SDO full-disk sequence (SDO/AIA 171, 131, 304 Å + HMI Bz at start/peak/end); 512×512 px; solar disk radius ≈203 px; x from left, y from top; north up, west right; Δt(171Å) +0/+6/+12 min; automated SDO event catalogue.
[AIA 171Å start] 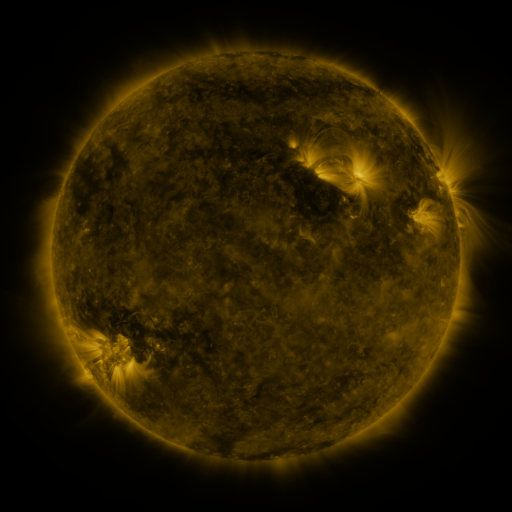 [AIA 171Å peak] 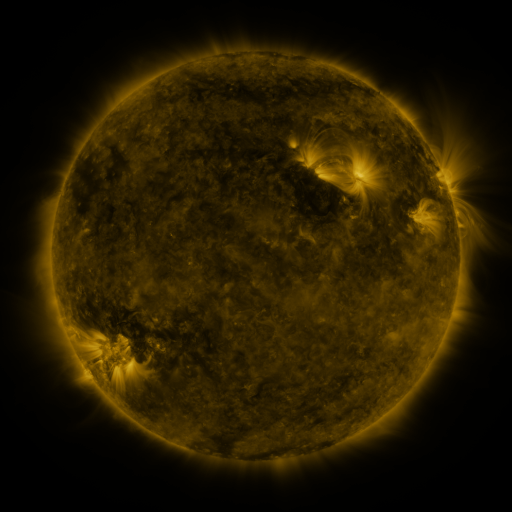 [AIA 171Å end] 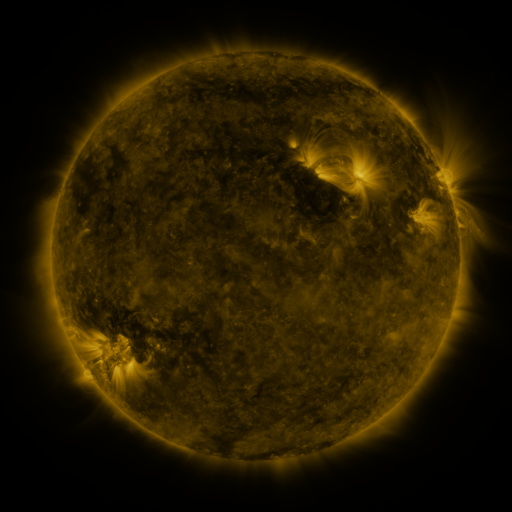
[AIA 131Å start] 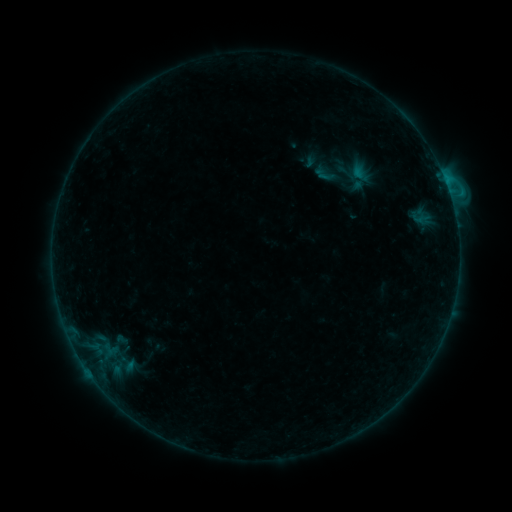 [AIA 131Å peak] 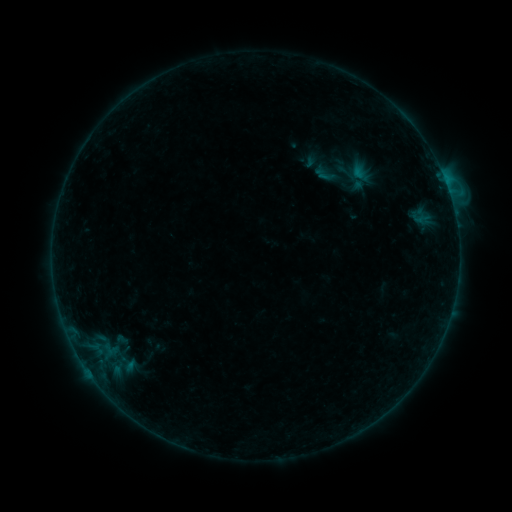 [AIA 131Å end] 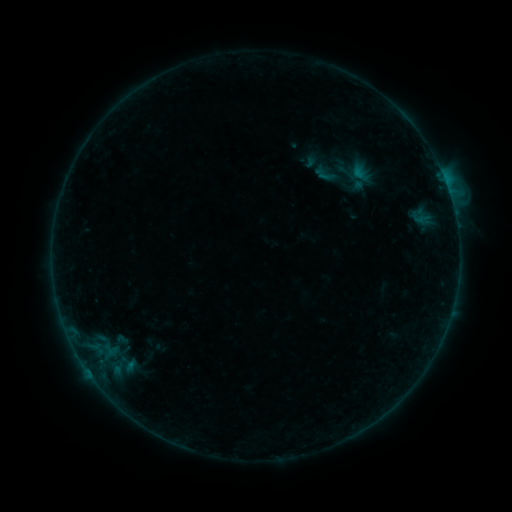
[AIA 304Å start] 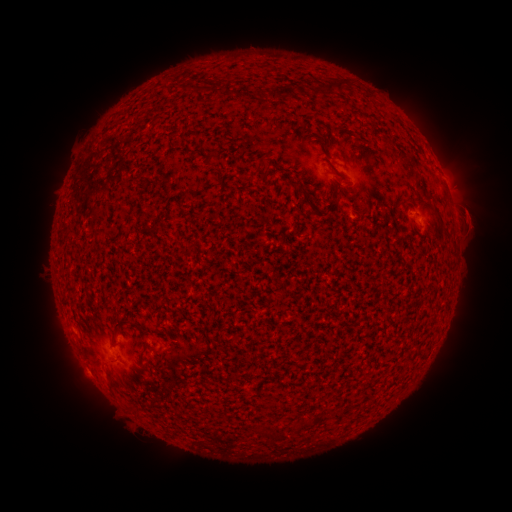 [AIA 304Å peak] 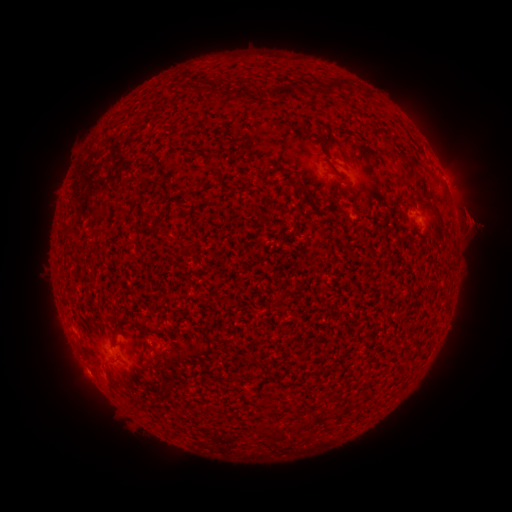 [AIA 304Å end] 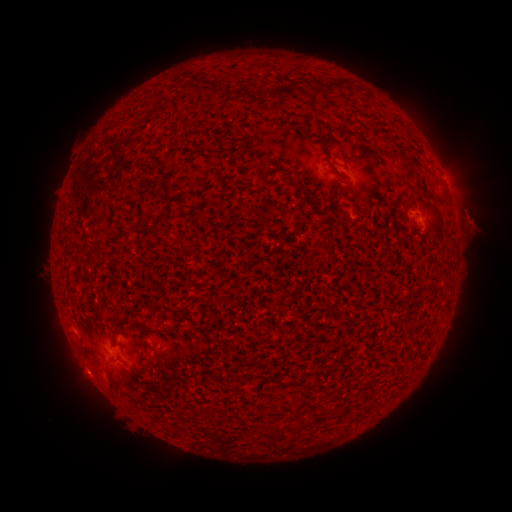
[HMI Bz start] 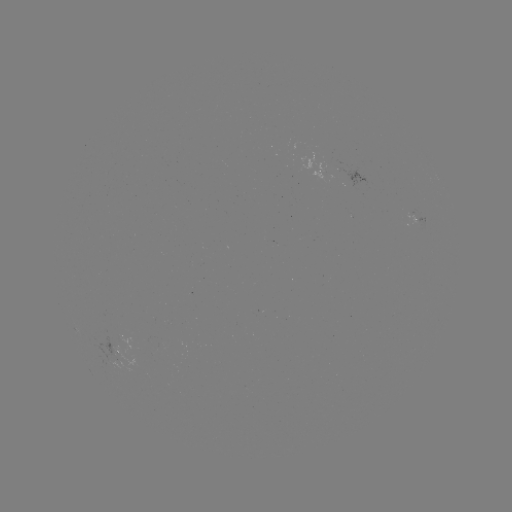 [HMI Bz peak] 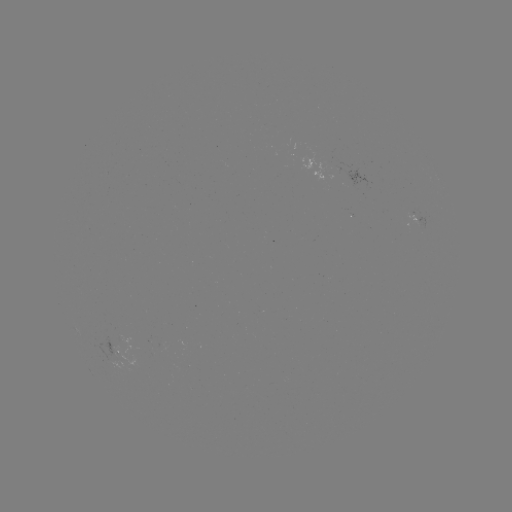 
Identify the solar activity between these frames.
eruption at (478, 172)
